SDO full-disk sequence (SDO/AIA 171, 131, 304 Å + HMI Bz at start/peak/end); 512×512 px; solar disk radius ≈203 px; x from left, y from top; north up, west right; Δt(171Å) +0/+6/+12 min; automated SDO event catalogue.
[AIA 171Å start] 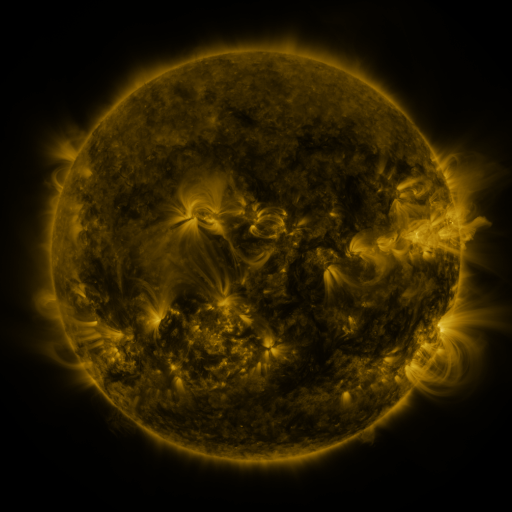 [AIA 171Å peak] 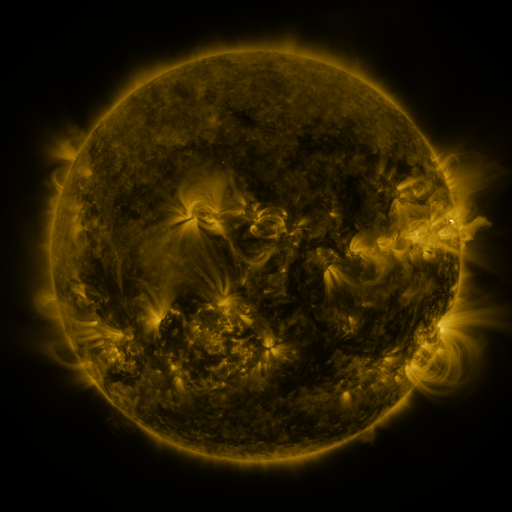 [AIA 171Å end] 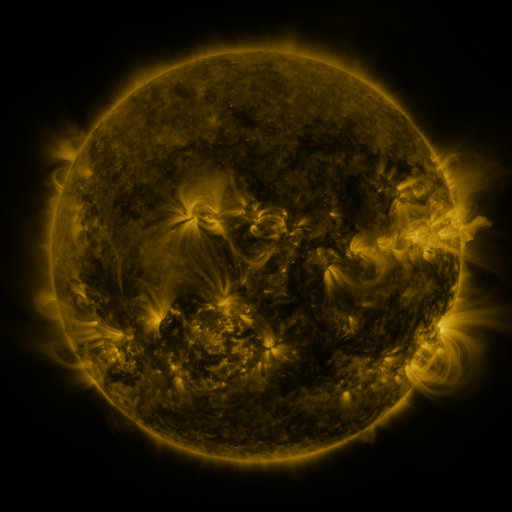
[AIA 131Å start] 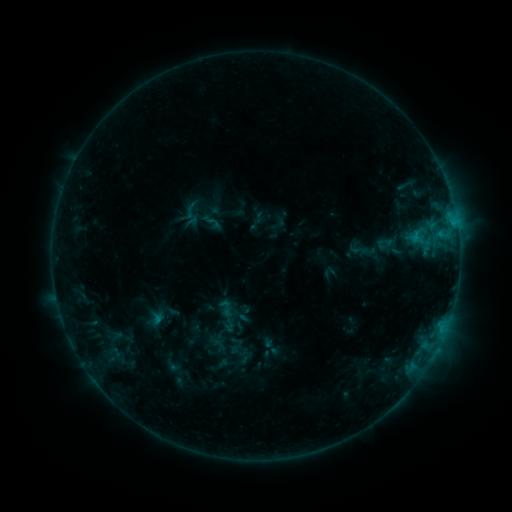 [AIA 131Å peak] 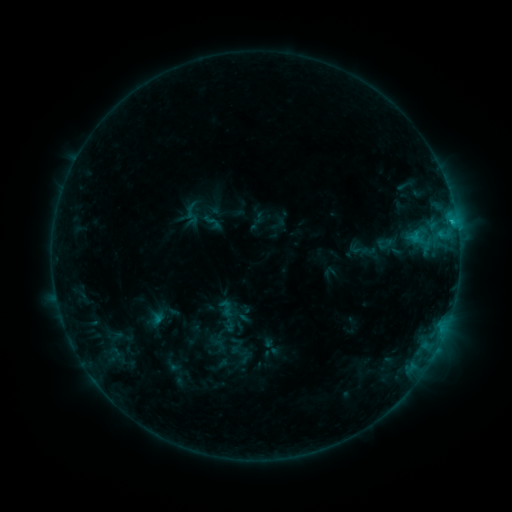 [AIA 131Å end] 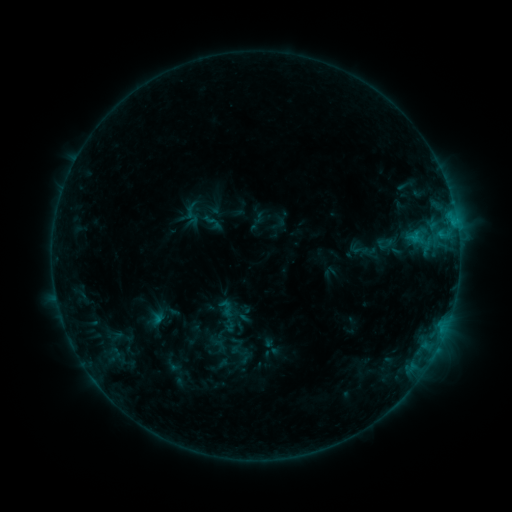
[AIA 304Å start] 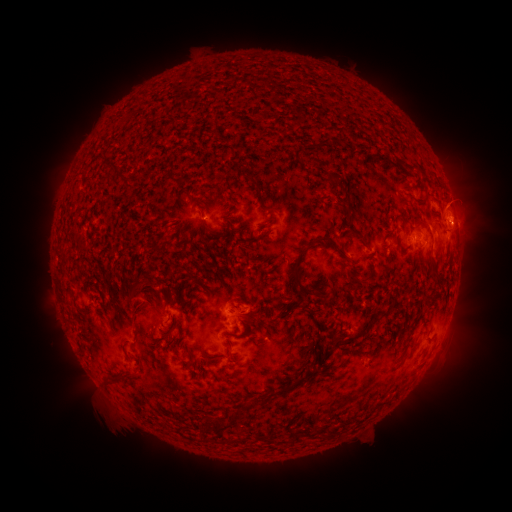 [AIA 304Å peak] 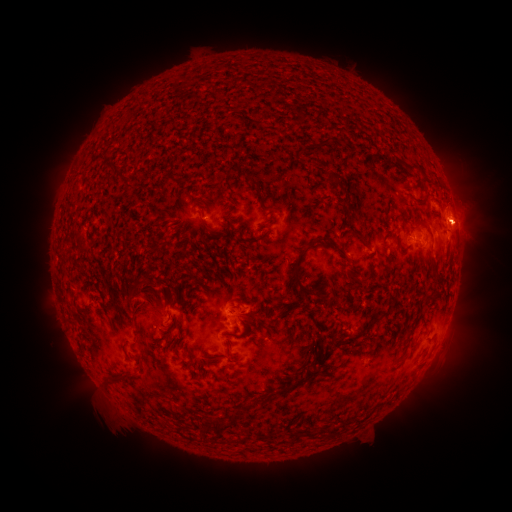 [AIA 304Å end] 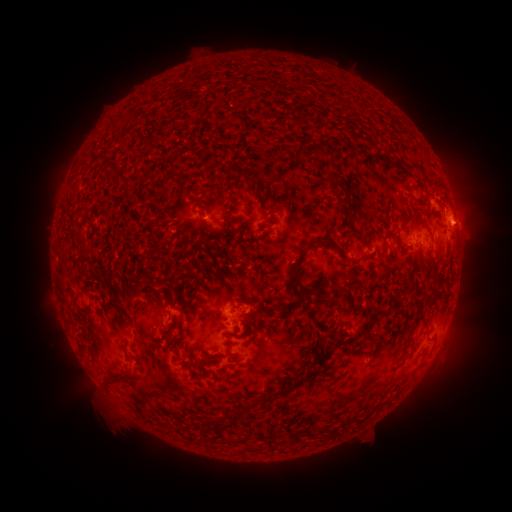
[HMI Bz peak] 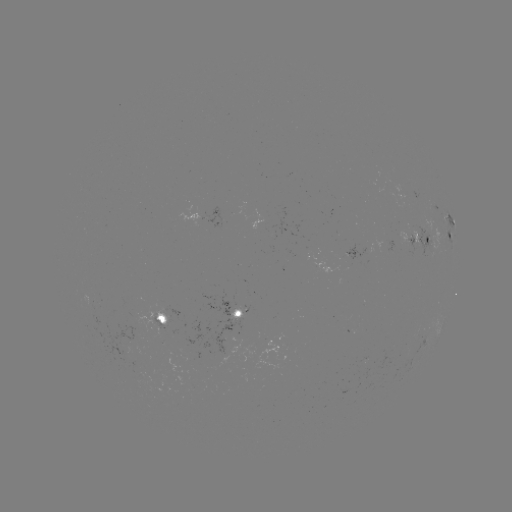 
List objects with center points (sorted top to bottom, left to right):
B8.5 flare: (451, 222)
